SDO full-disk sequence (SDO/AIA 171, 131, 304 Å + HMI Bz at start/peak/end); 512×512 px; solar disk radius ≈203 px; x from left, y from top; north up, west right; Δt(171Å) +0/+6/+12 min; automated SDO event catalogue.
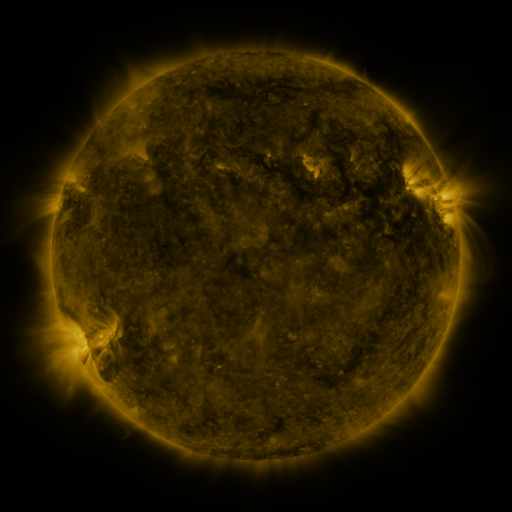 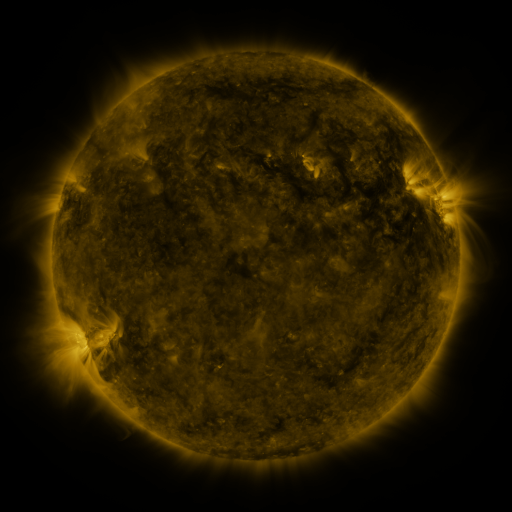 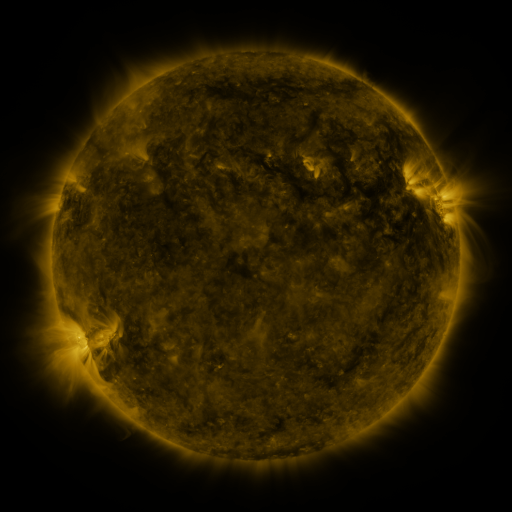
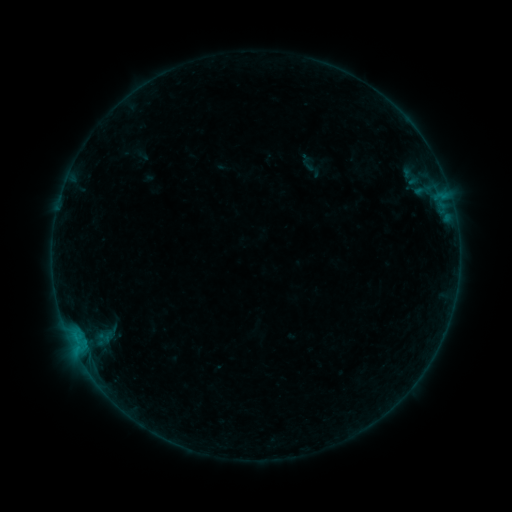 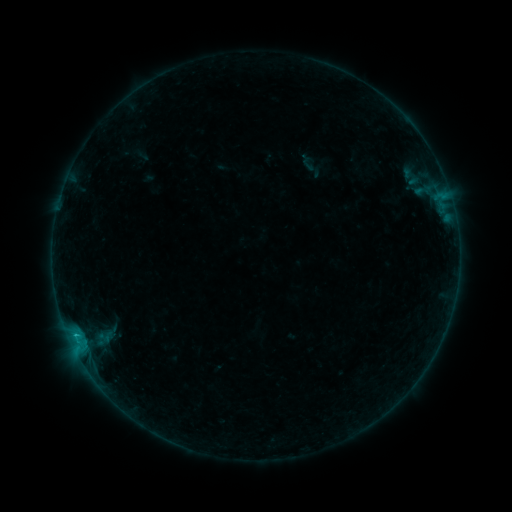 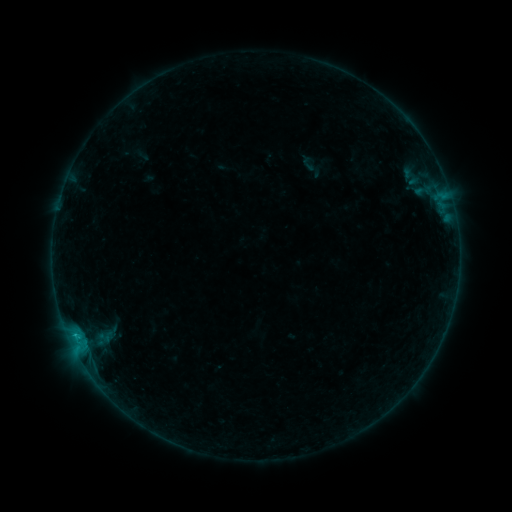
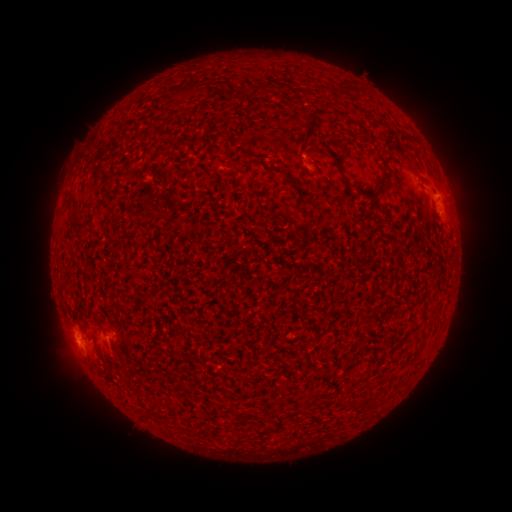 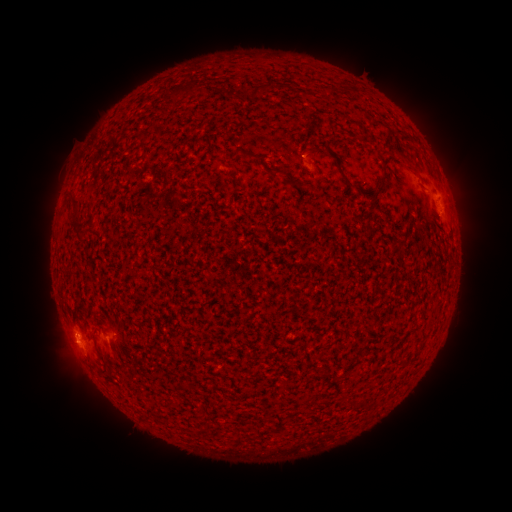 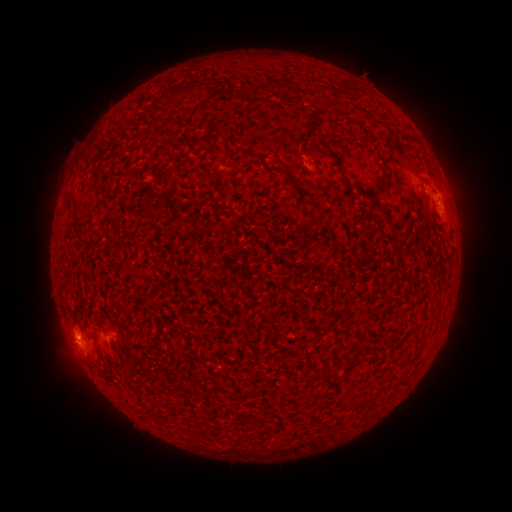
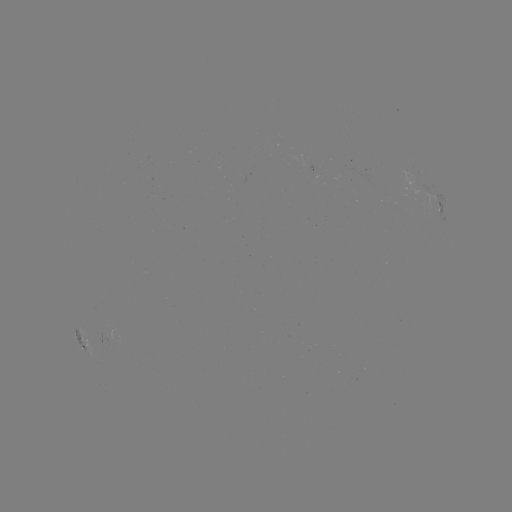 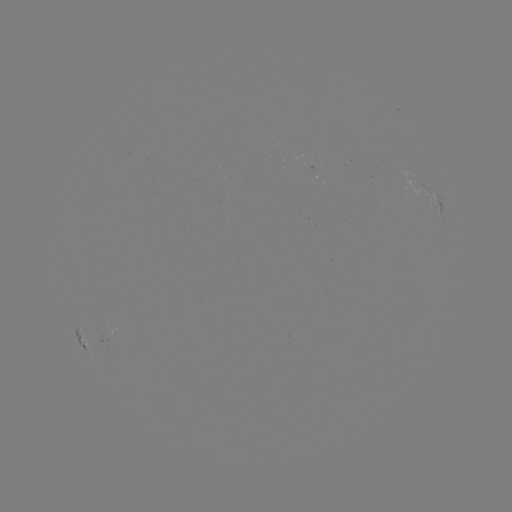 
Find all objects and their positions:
B3.1 flare: (76, 333)
